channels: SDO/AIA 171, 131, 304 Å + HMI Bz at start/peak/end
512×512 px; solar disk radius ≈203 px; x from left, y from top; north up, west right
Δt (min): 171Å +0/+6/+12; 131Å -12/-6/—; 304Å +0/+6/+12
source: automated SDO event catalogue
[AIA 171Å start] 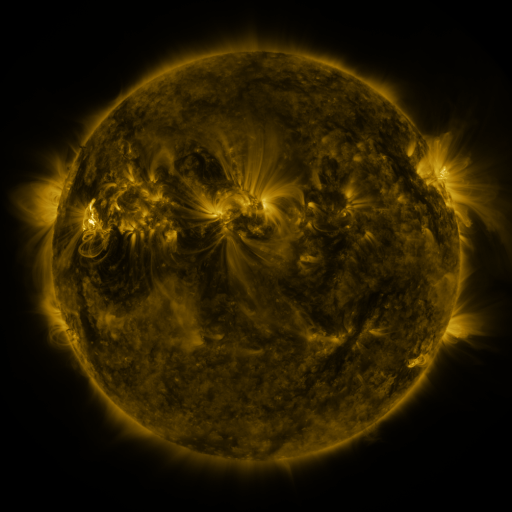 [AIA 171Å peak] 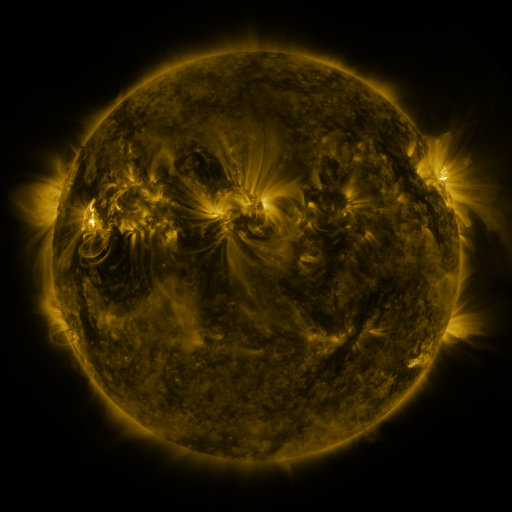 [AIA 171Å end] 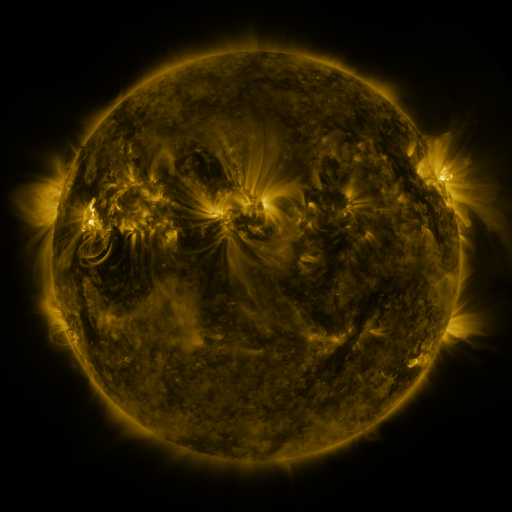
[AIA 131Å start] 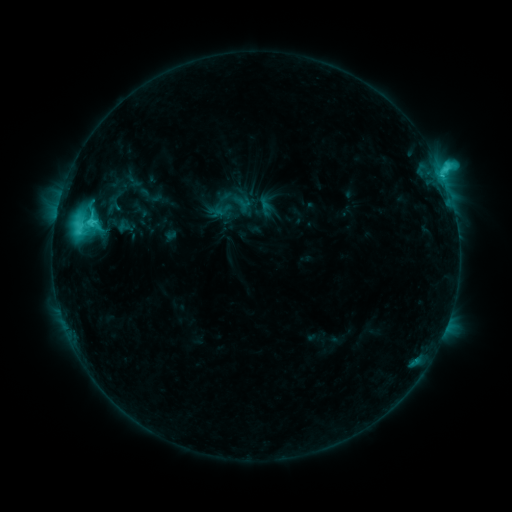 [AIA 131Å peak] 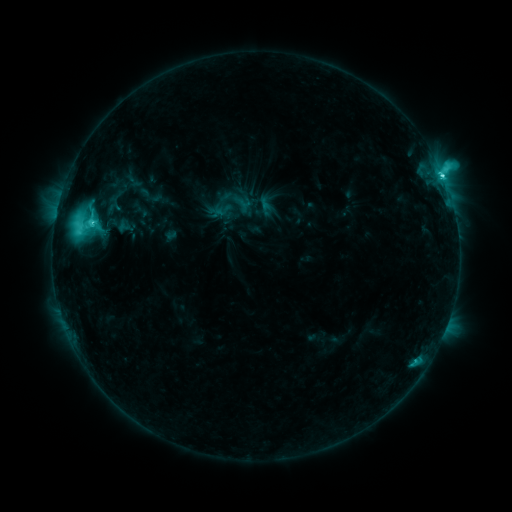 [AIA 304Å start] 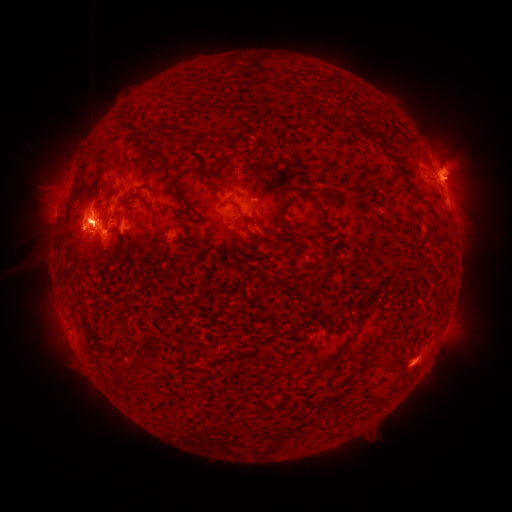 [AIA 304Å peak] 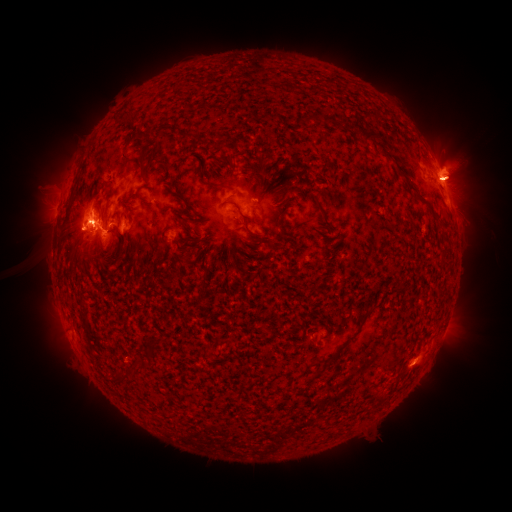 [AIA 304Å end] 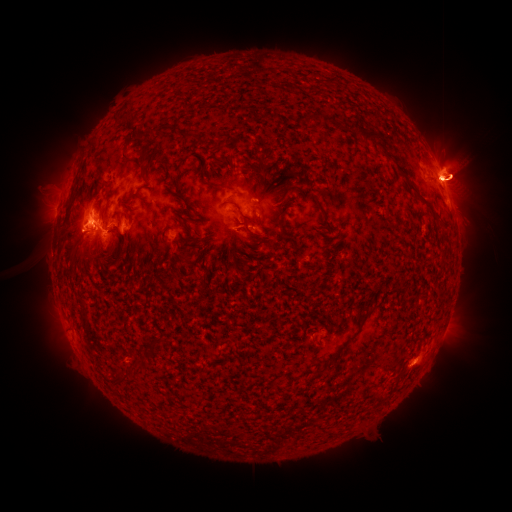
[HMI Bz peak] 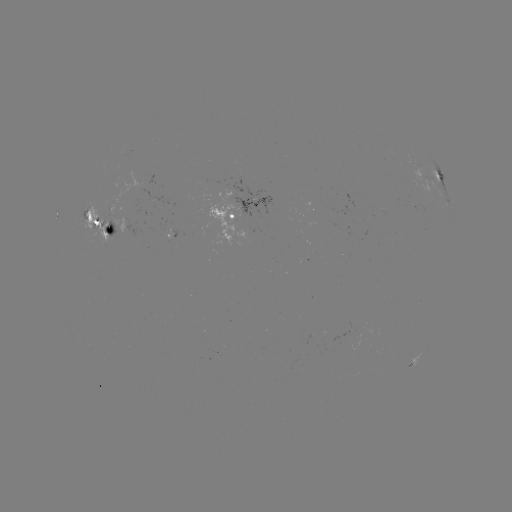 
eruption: [376, 147, 408, 204]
